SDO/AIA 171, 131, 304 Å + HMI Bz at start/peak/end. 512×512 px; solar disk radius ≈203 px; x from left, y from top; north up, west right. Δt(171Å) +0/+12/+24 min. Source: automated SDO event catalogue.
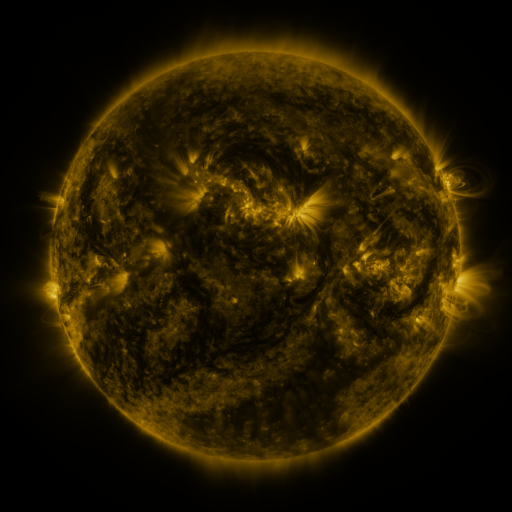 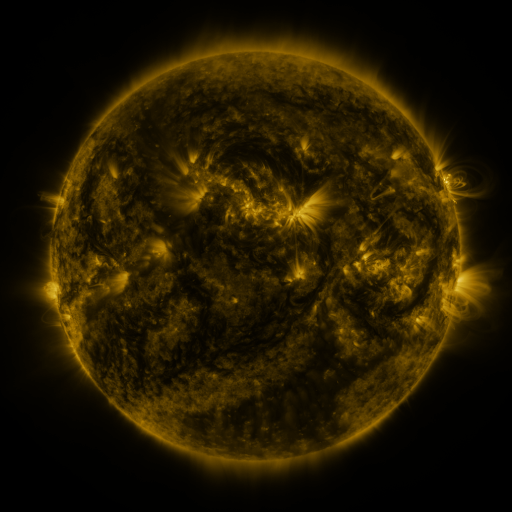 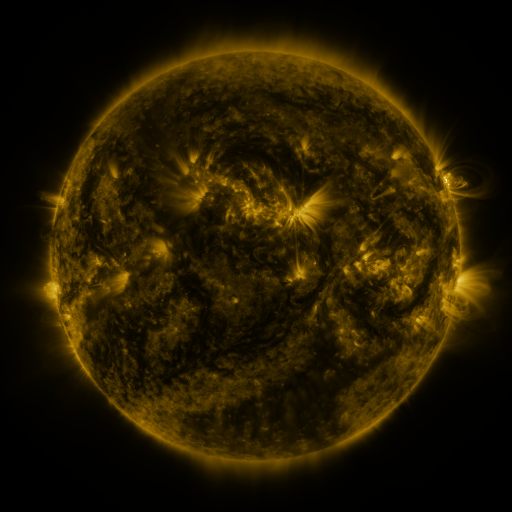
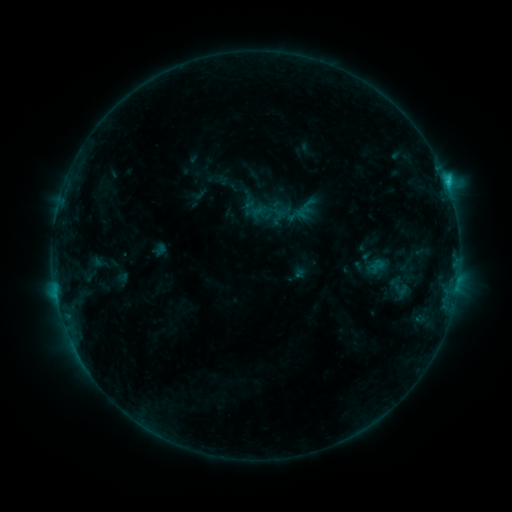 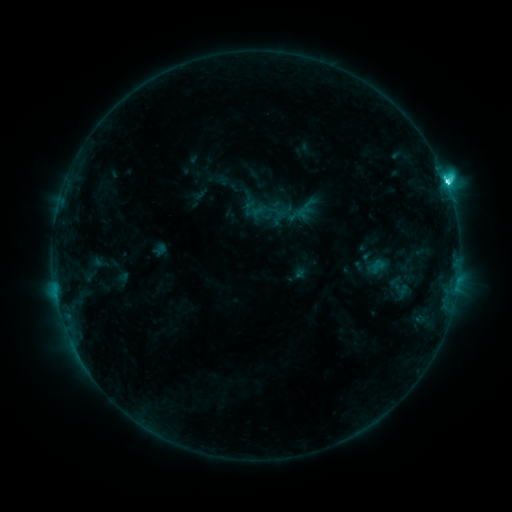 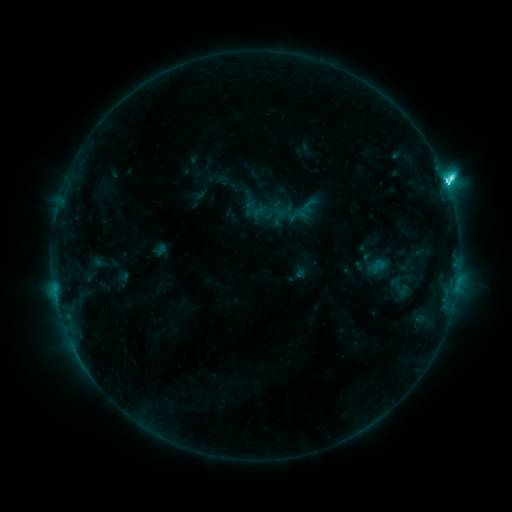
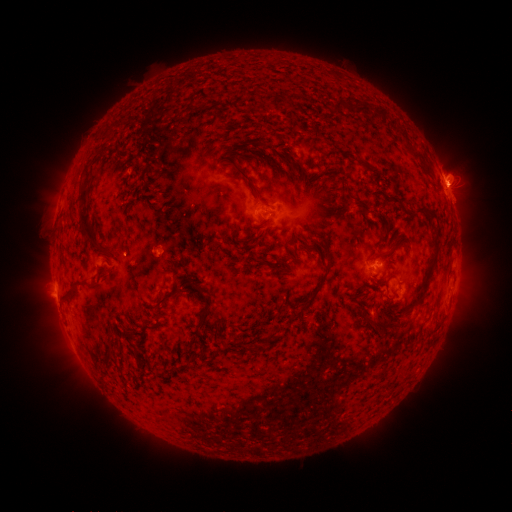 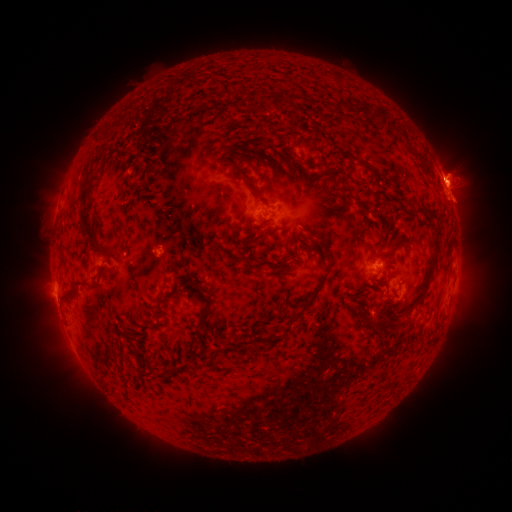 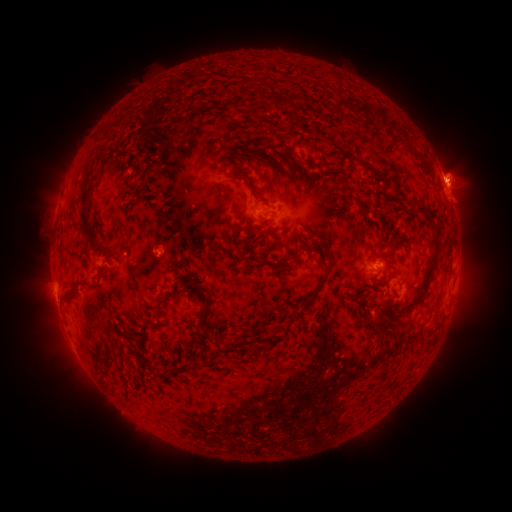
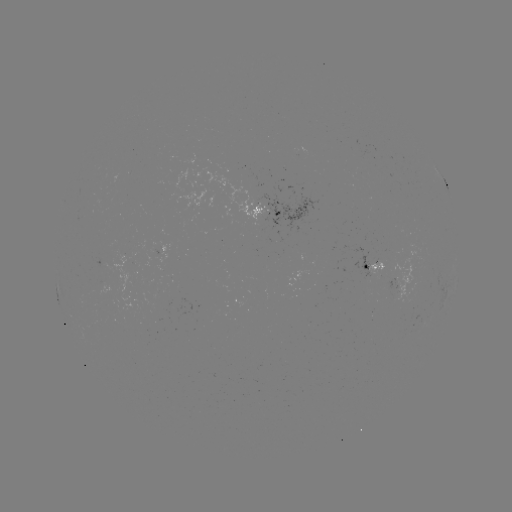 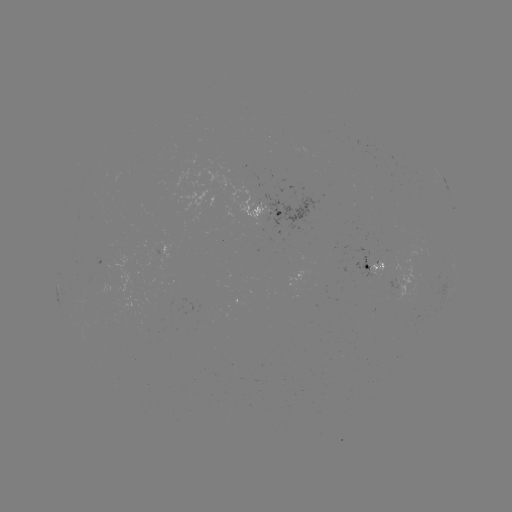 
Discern M1.1 flare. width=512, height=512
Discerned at [446, 185].